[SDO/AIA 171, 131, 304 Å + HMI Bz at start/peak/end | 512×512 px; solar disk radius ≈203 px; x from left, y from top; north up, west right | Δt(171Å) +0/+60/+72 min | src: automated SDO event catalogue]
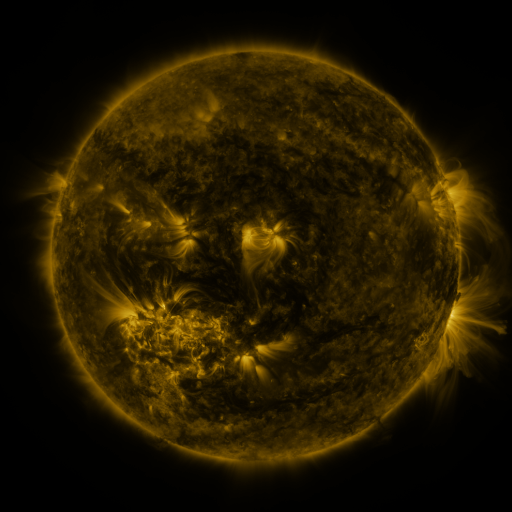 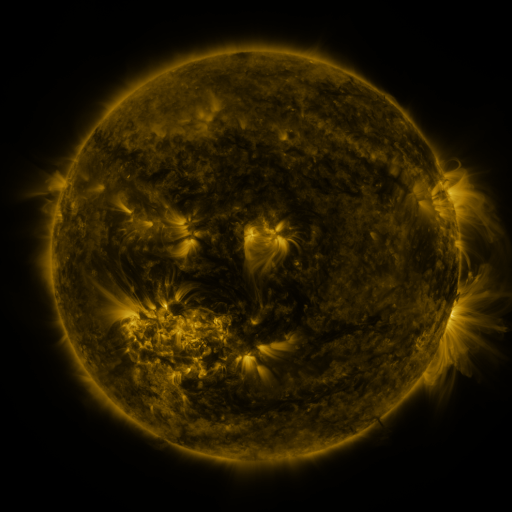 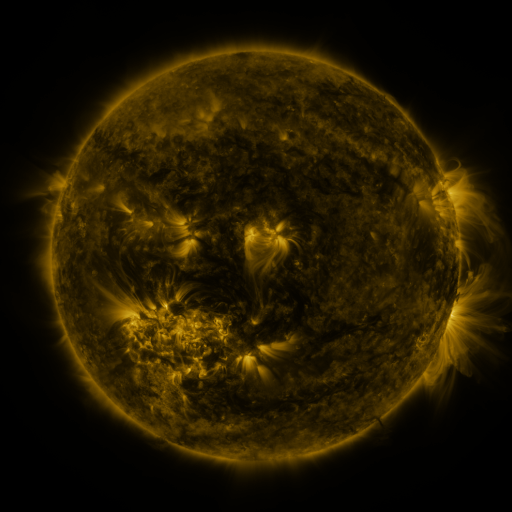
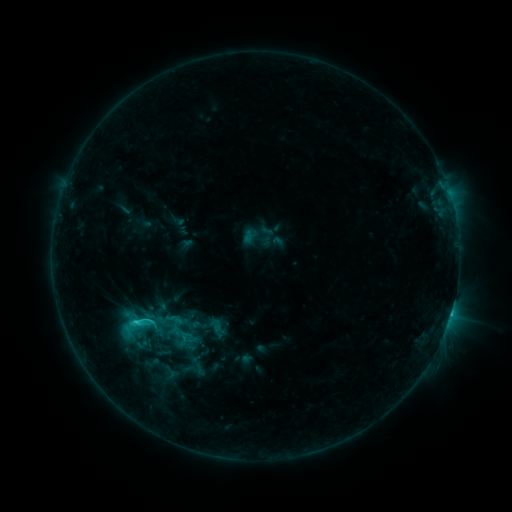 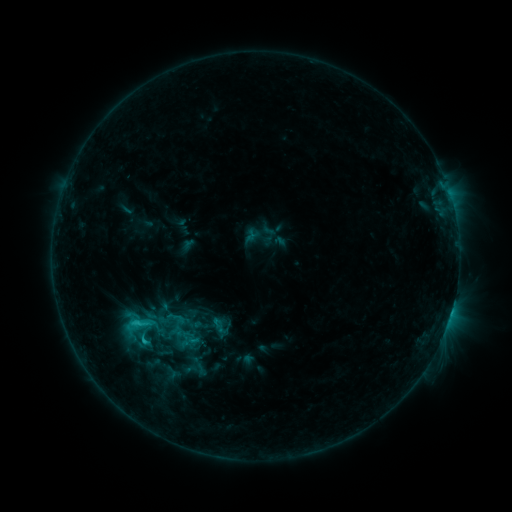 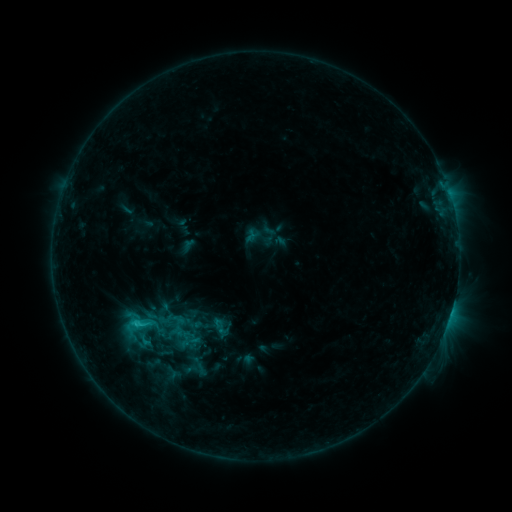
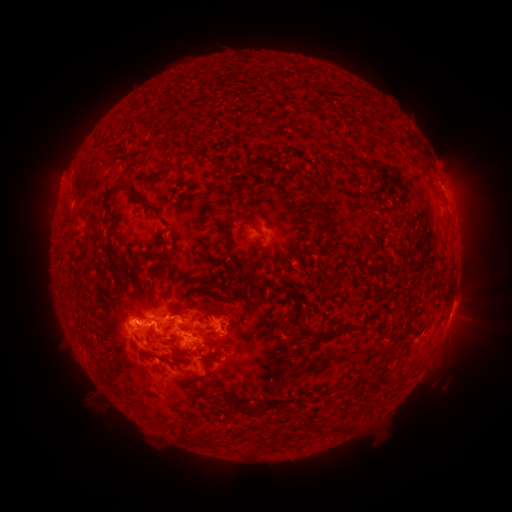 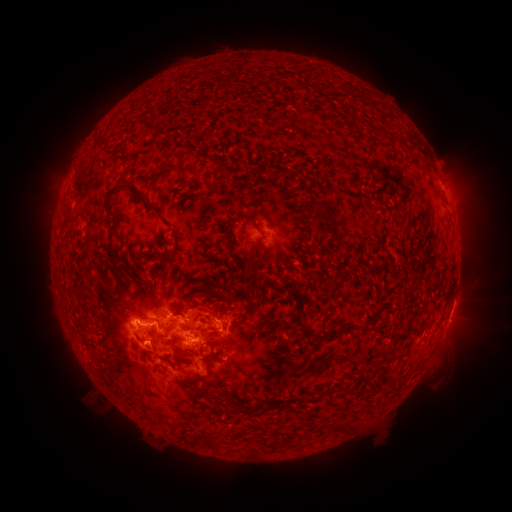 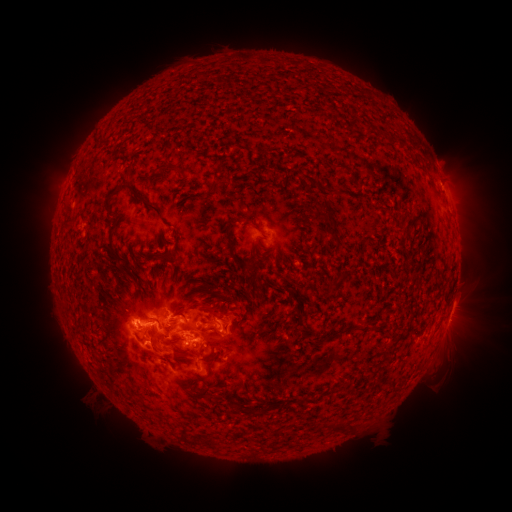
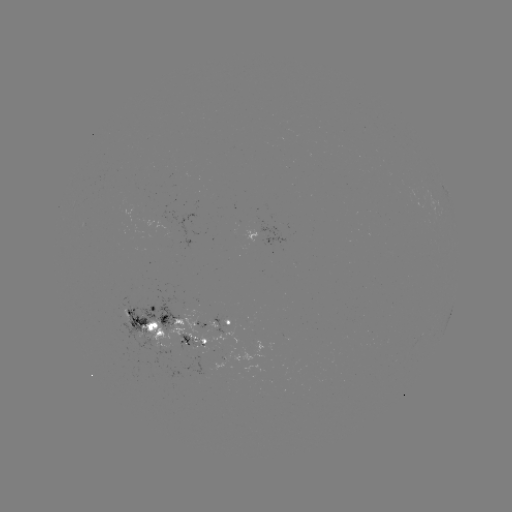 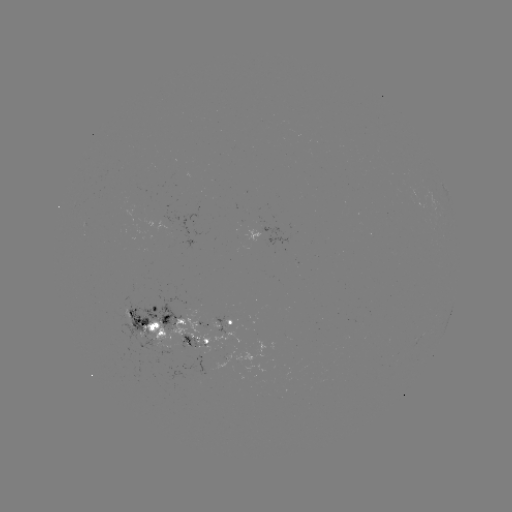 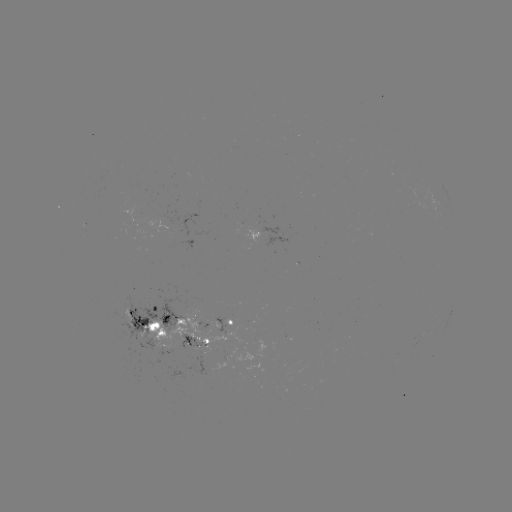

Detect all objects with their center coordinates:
emerging-flux region: (178, 315)
